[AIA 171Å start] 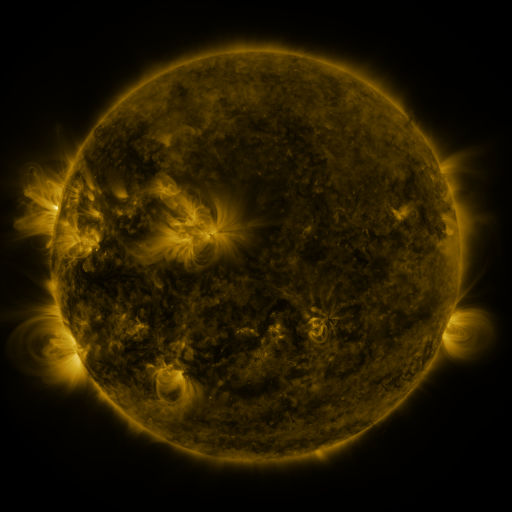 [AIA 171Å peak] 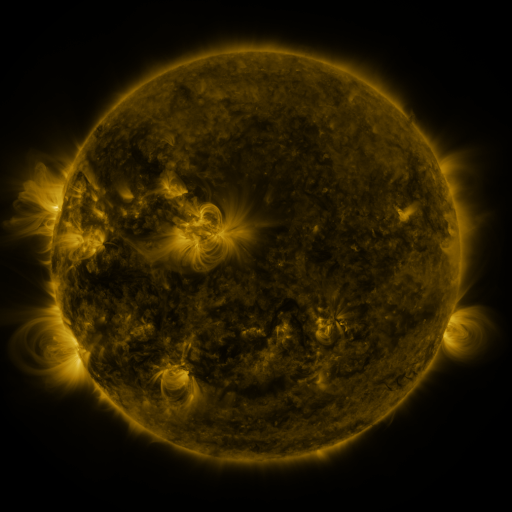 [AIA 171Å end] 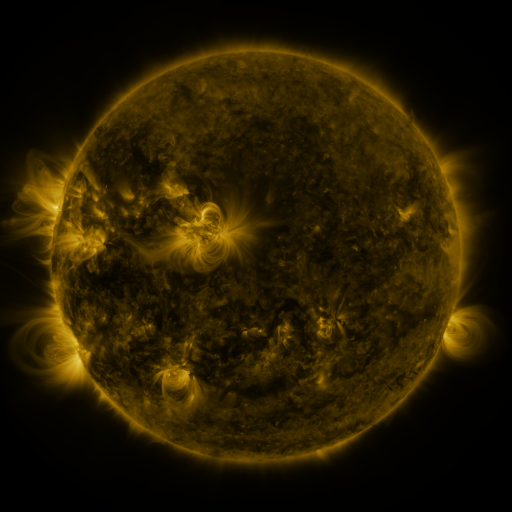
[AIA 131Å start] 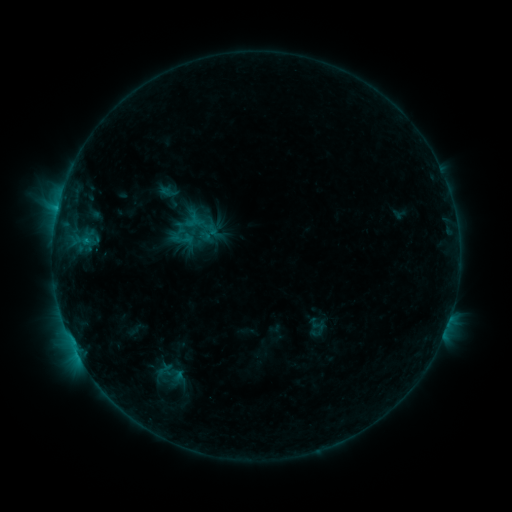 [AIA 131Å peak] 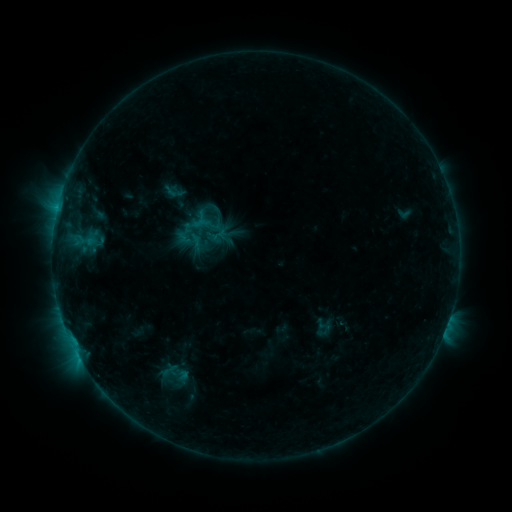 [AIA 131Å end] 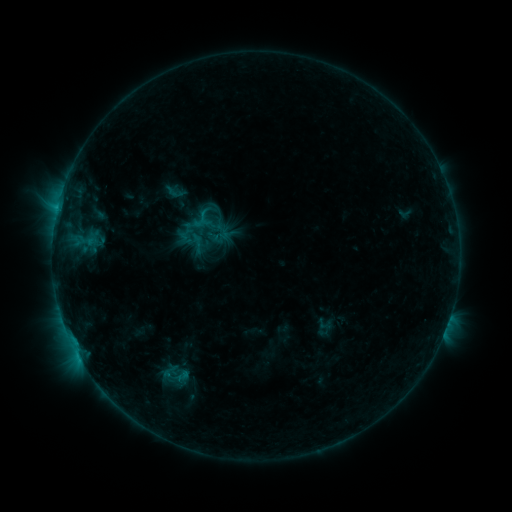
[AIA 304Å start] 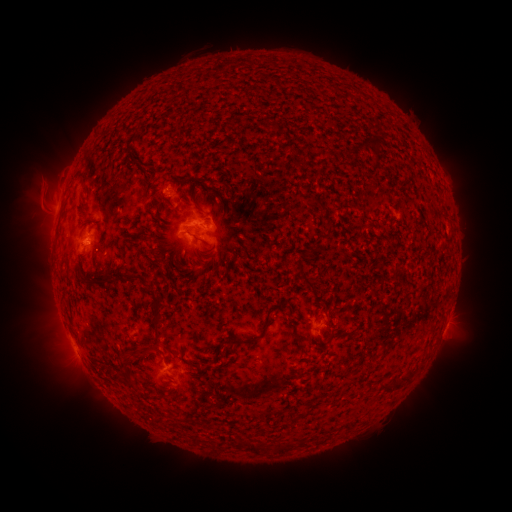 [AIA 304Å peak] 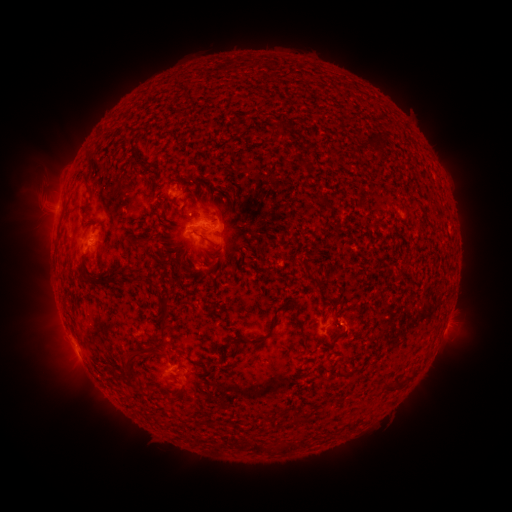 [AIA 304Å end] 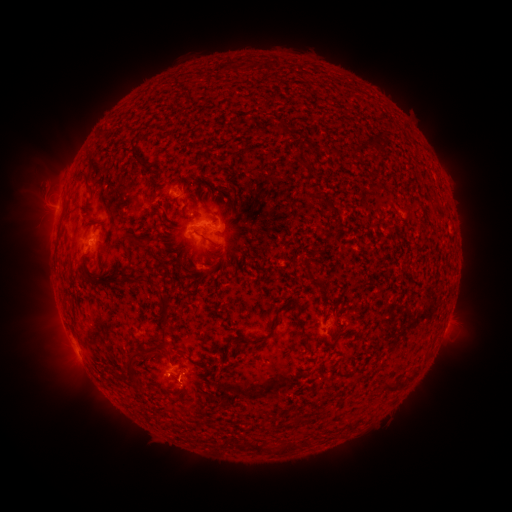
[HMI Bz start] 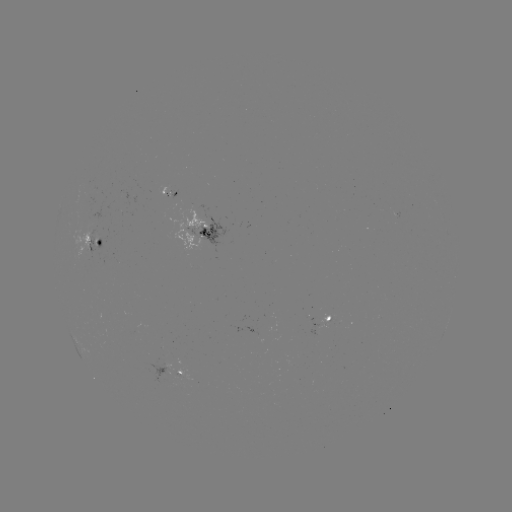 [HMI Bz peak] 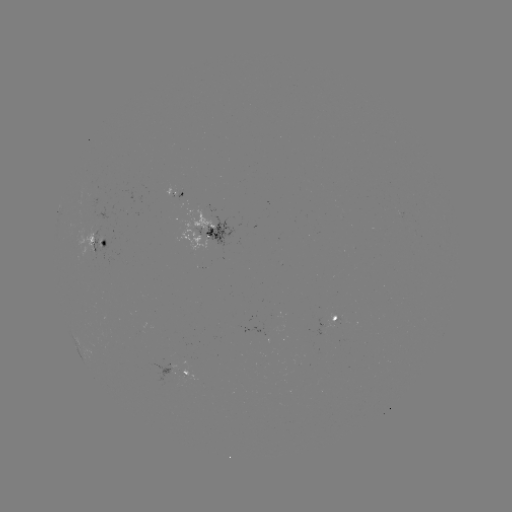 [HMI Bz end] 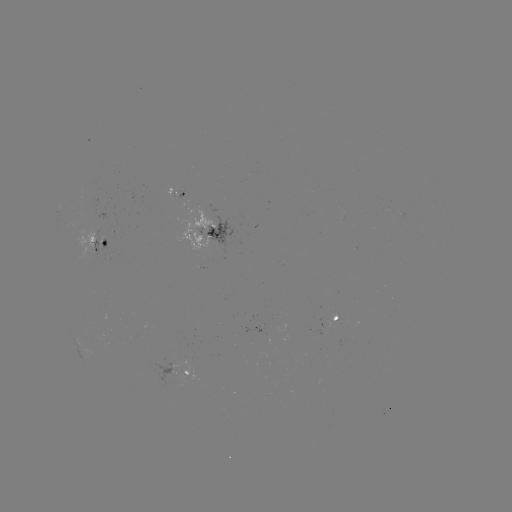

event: emerging-flux region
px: (199, 268)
